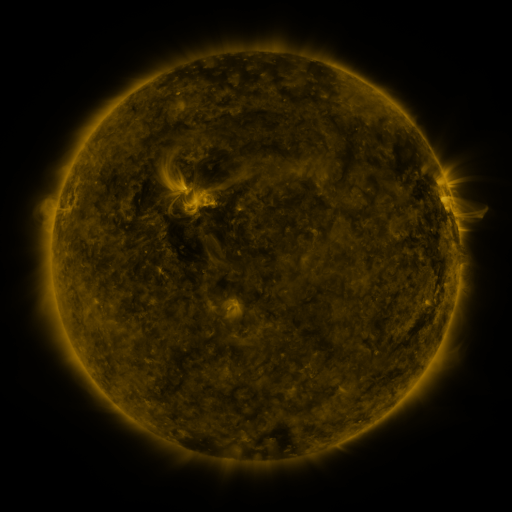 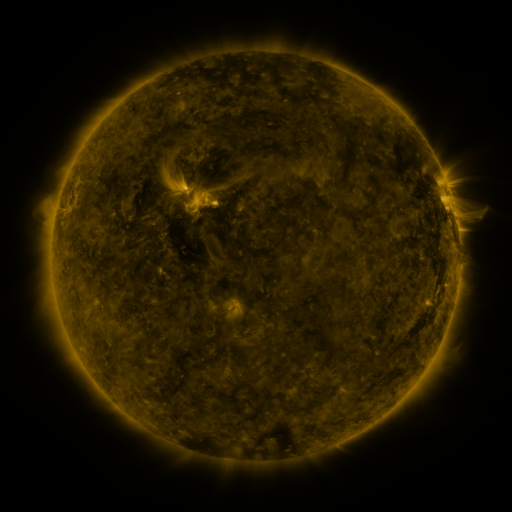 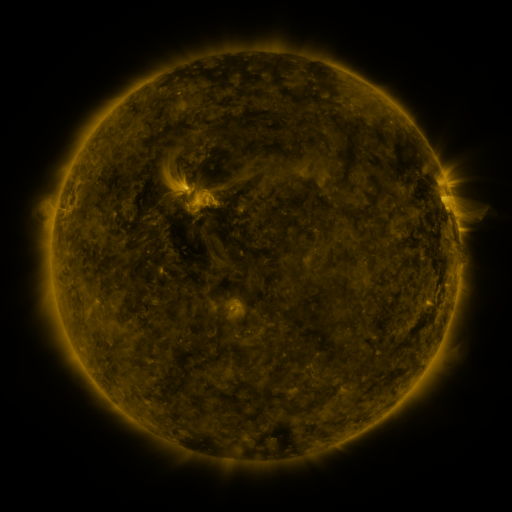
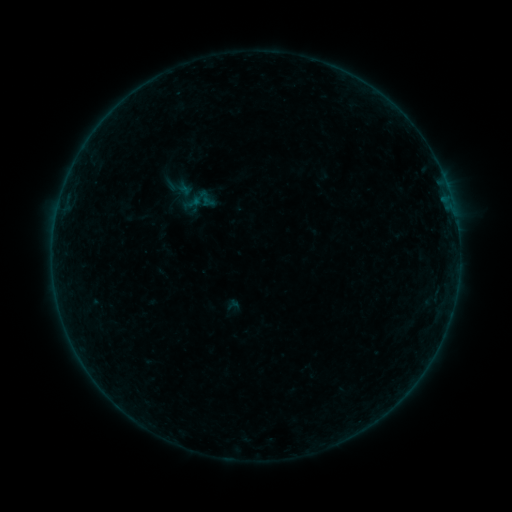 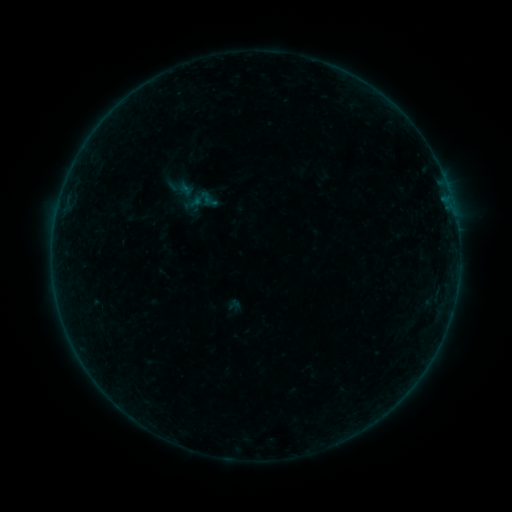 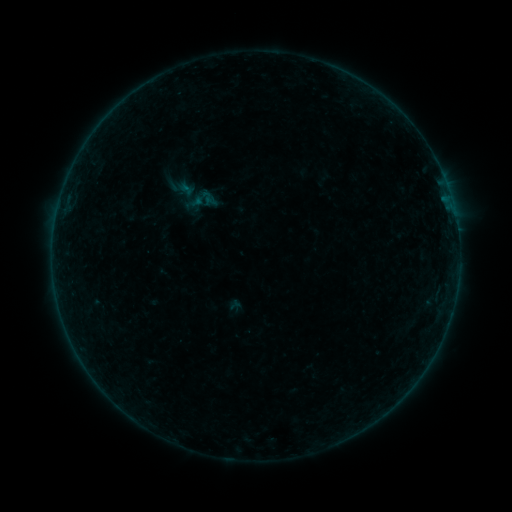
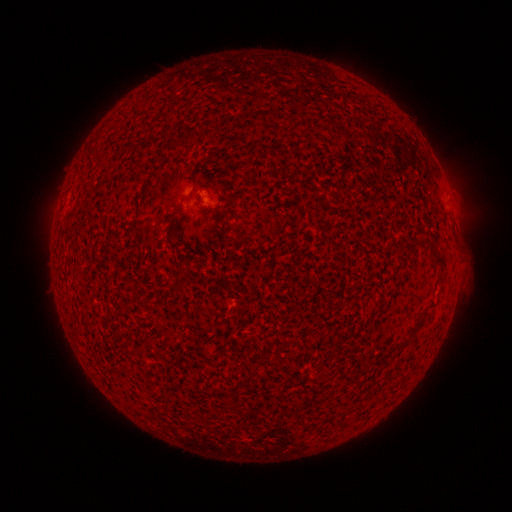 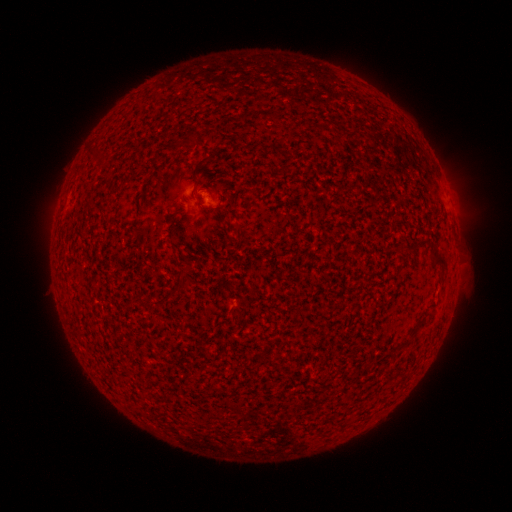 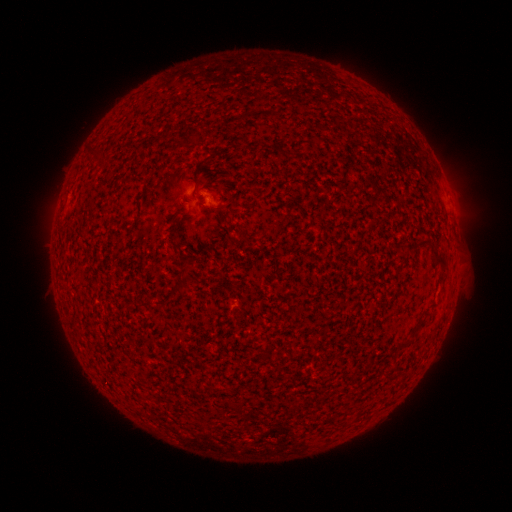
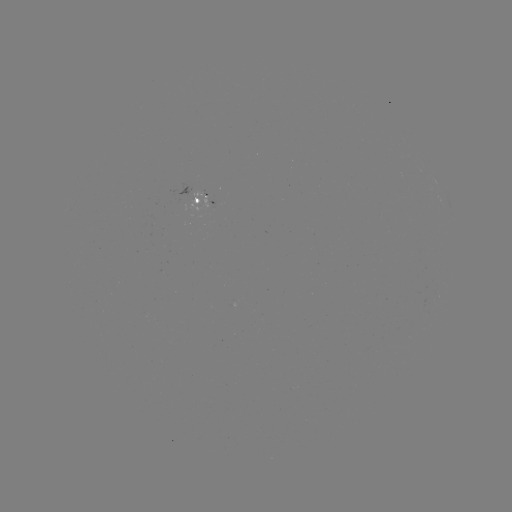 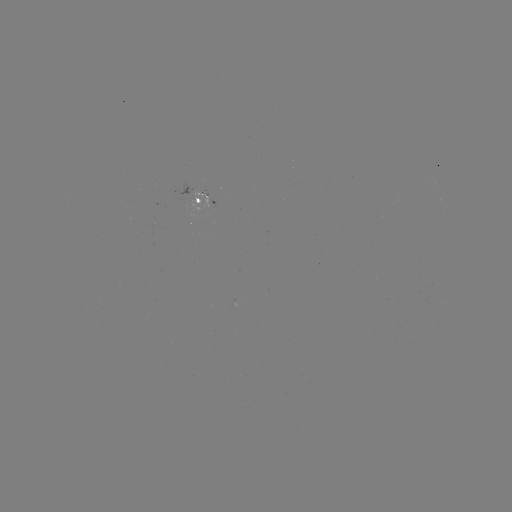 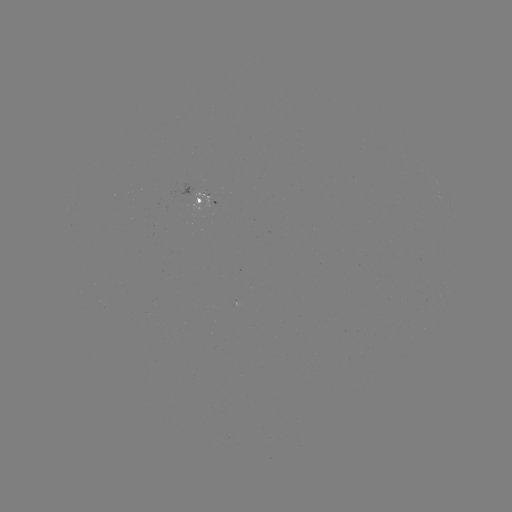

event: filament eruption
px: (279, 114)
